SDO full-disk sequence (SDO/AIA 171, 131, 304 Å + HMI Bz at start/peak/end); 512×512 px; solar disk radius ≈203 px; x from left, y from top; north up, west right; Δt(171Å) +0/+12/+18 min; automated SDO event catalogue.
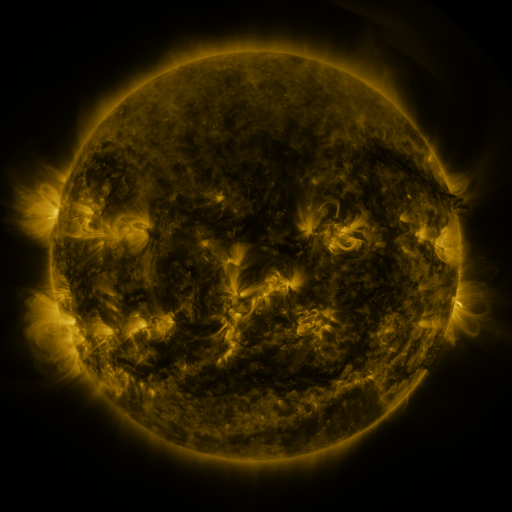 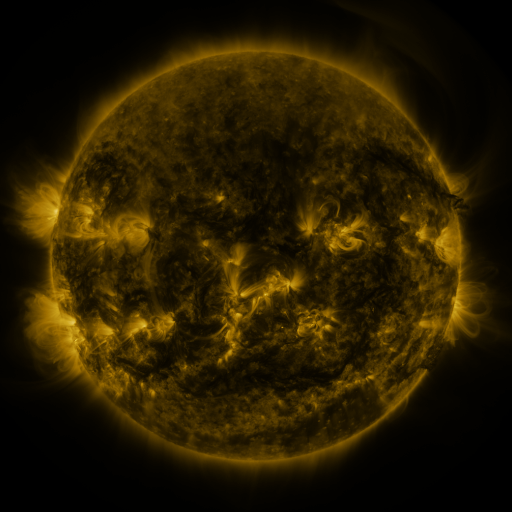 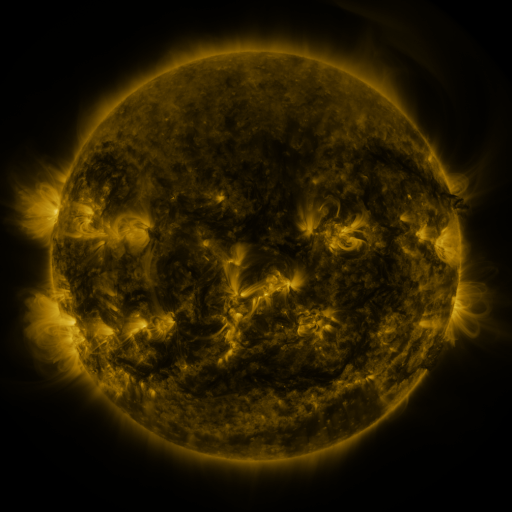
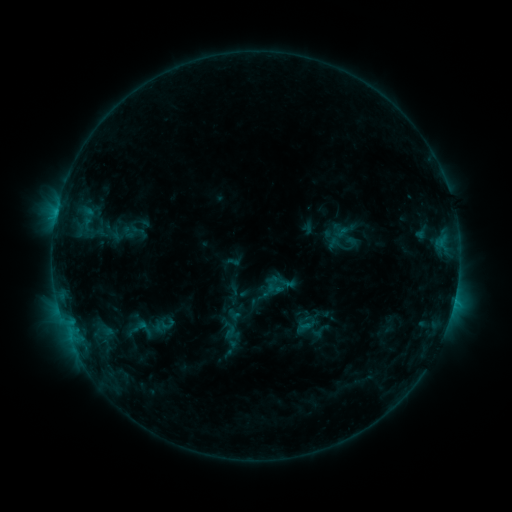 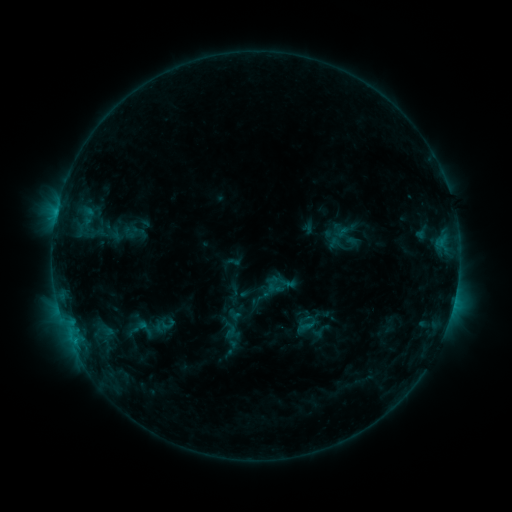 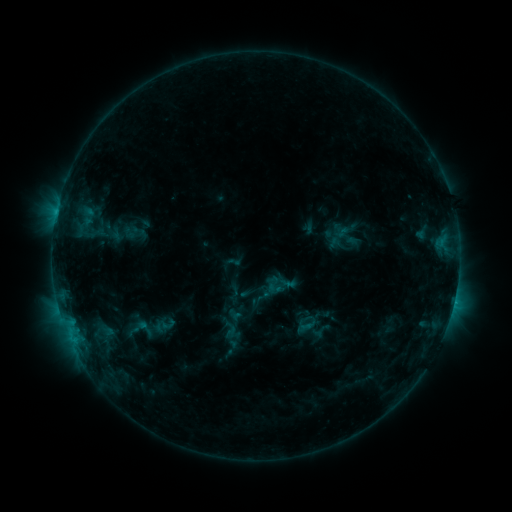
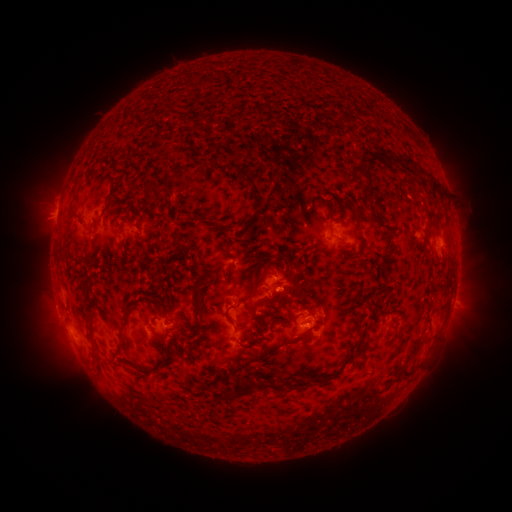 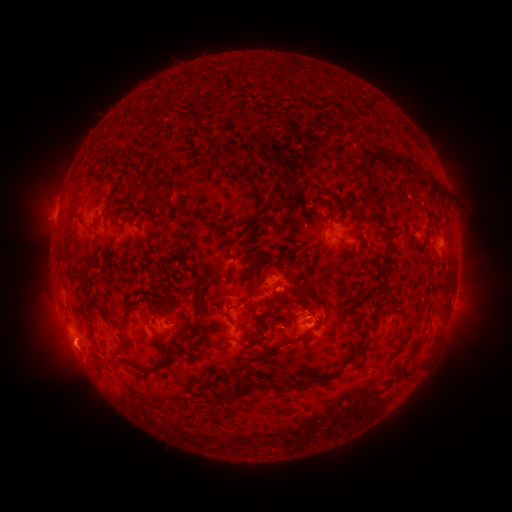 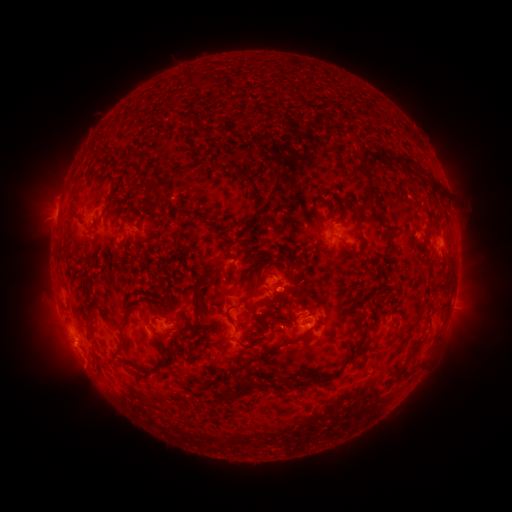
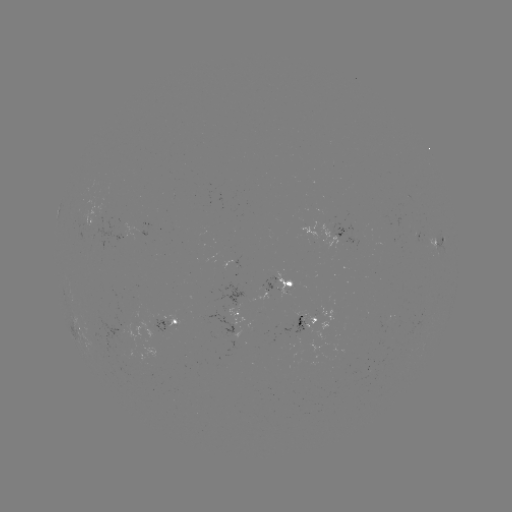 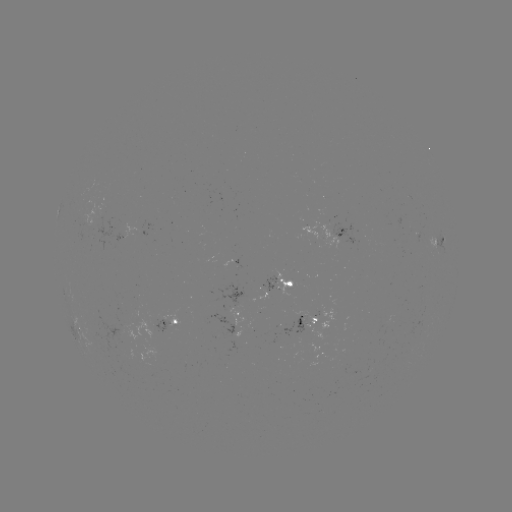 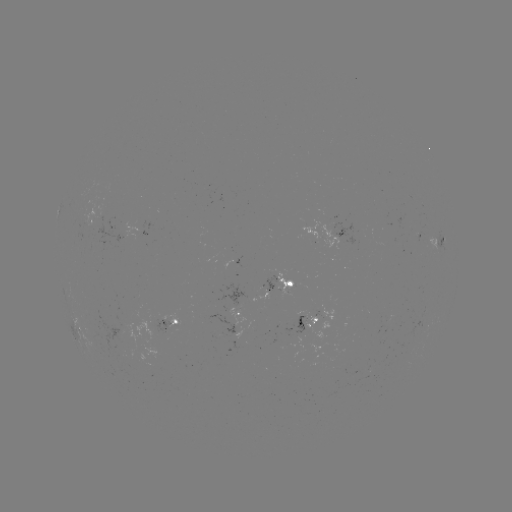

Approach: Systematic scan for eruption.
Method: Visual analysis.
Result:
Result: eruption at [75, 355].